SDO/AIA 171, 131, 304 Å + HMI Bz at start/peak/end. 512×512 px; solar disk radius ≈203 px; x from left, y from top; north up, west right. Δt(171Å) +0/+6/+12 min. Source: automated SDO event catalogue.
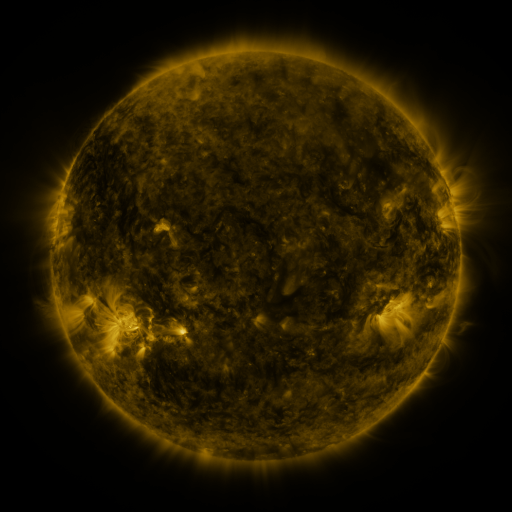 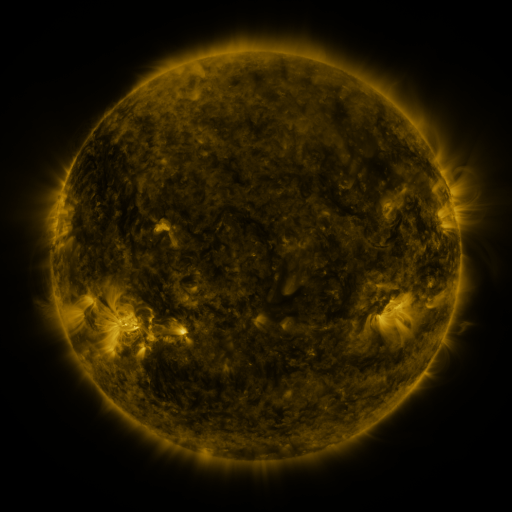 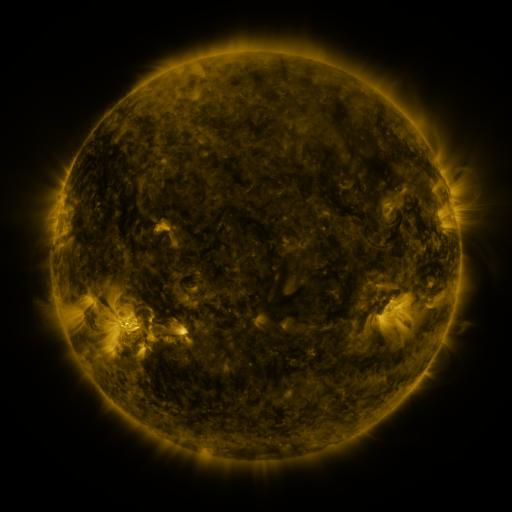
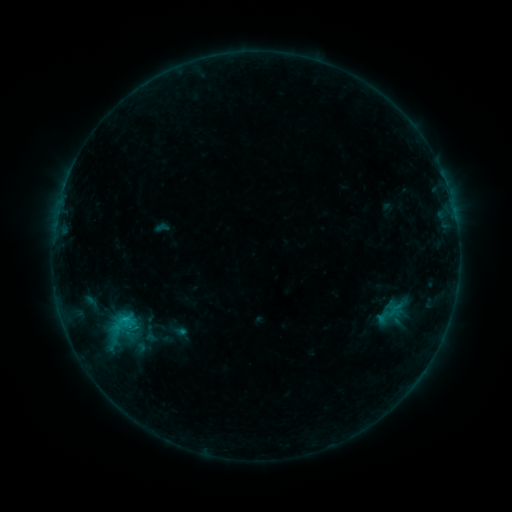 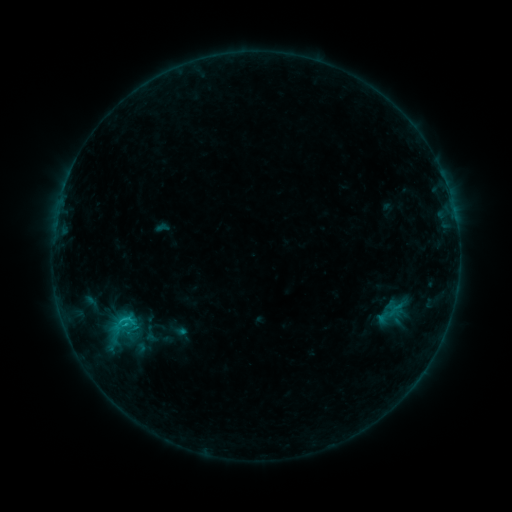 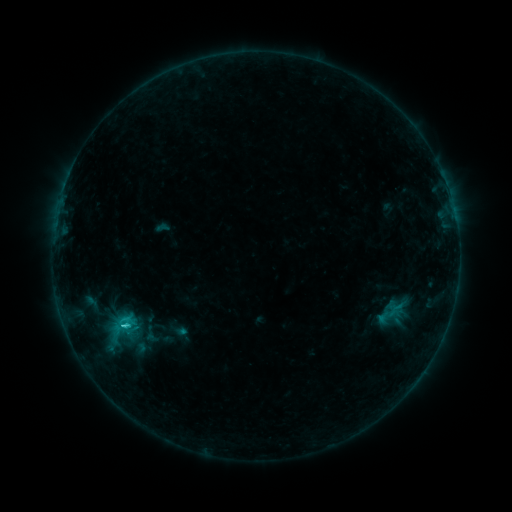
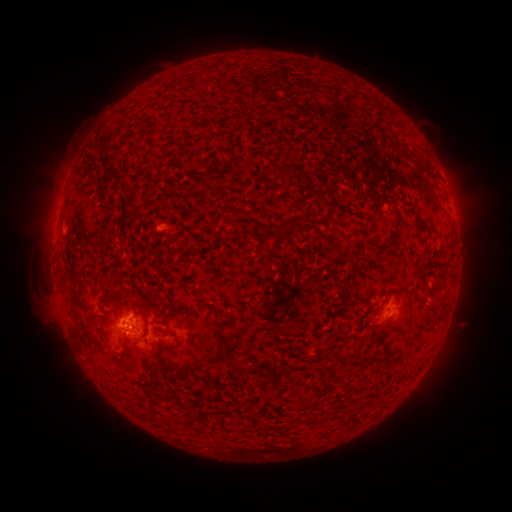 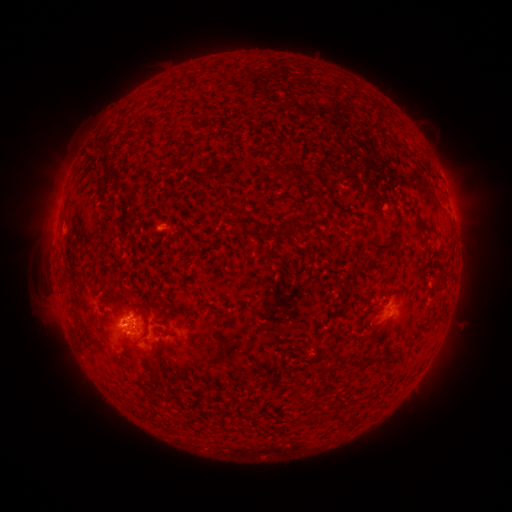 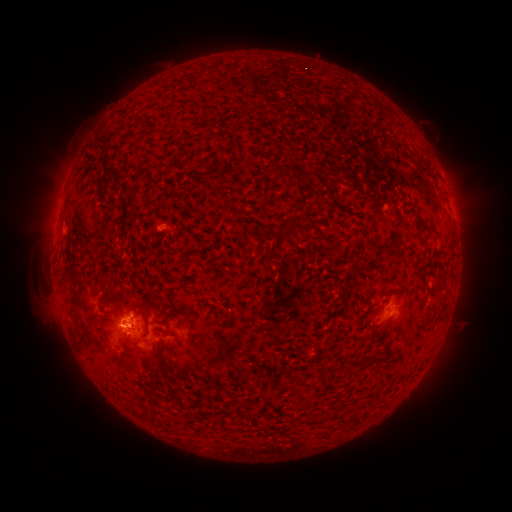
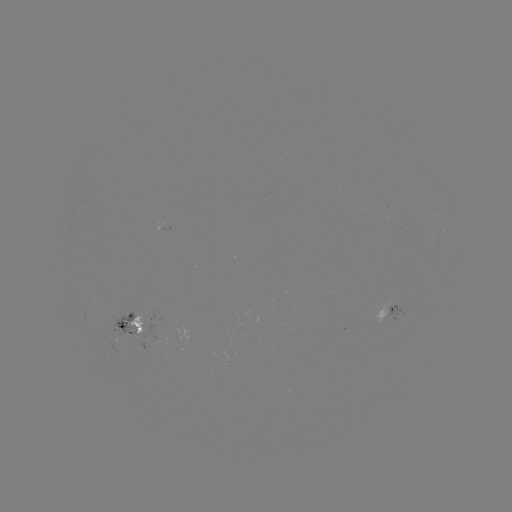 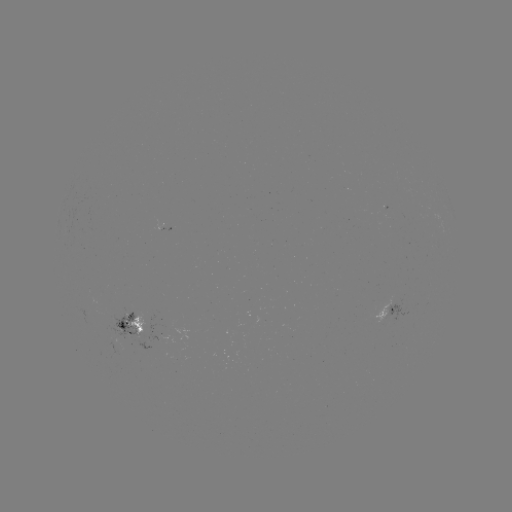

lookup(C1.3 flare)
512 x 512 [126, 322]